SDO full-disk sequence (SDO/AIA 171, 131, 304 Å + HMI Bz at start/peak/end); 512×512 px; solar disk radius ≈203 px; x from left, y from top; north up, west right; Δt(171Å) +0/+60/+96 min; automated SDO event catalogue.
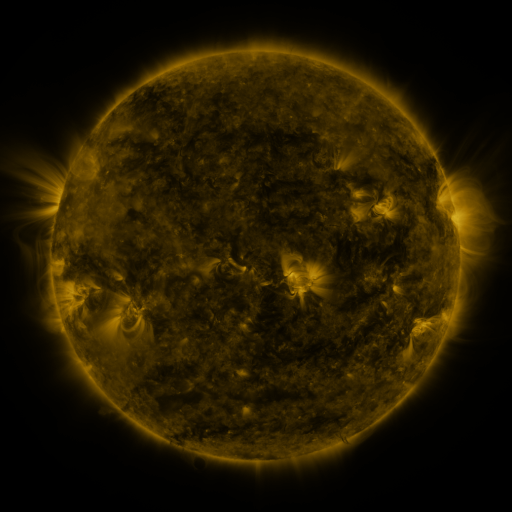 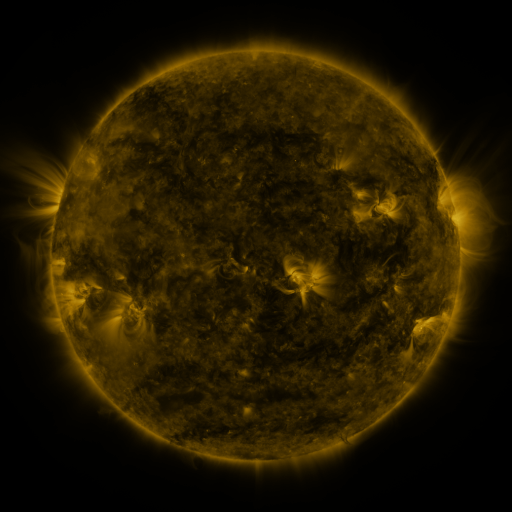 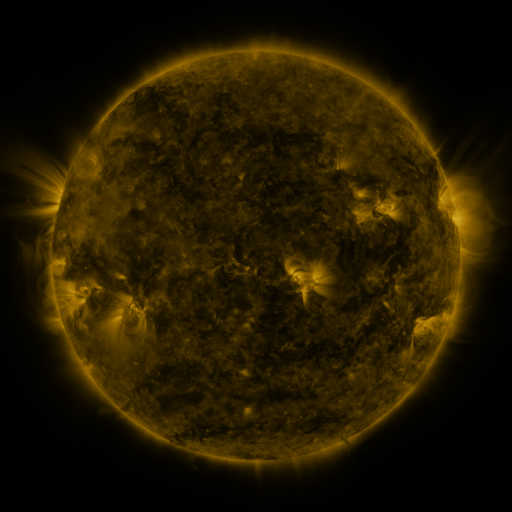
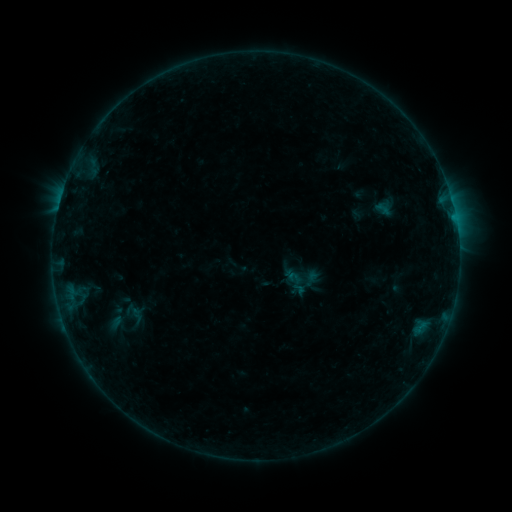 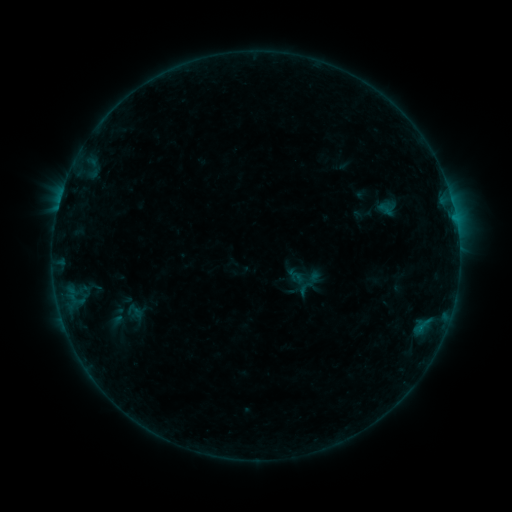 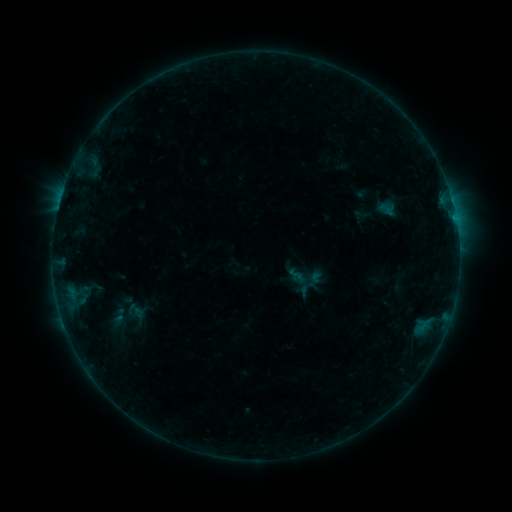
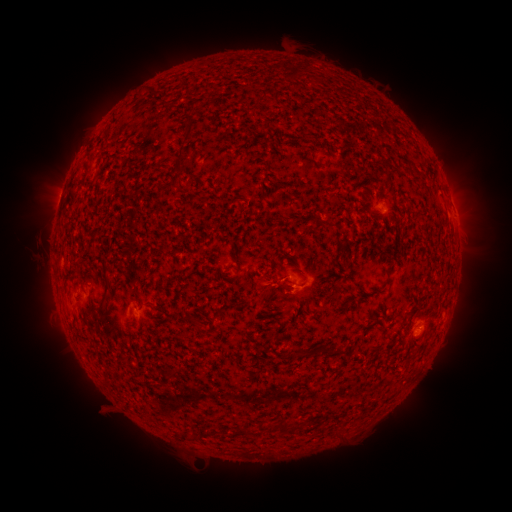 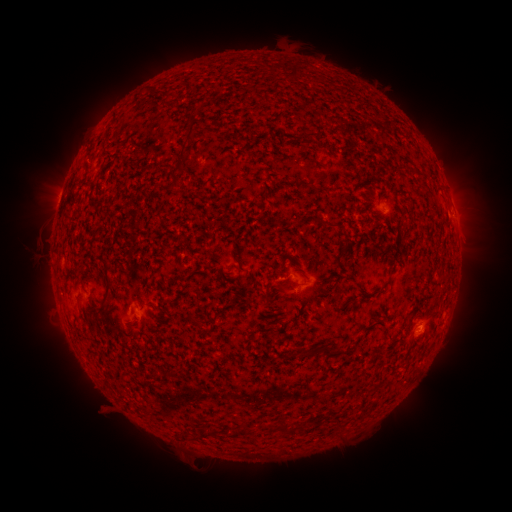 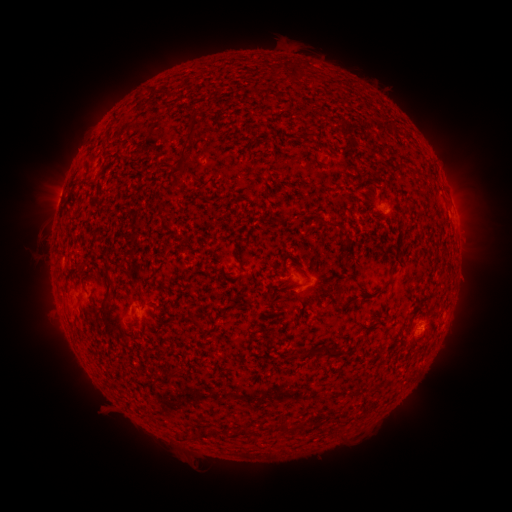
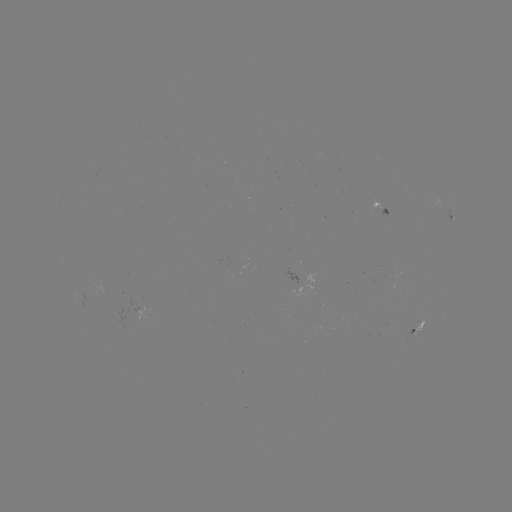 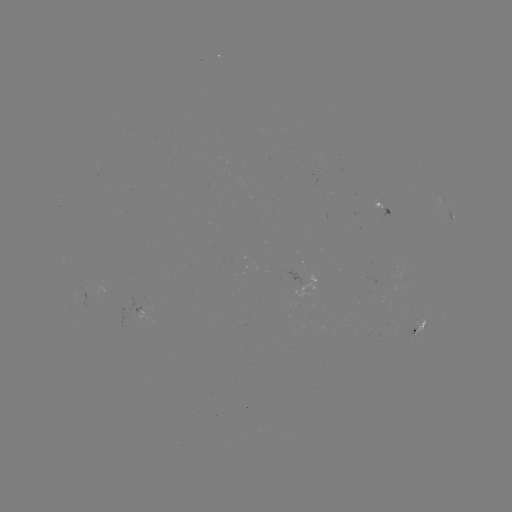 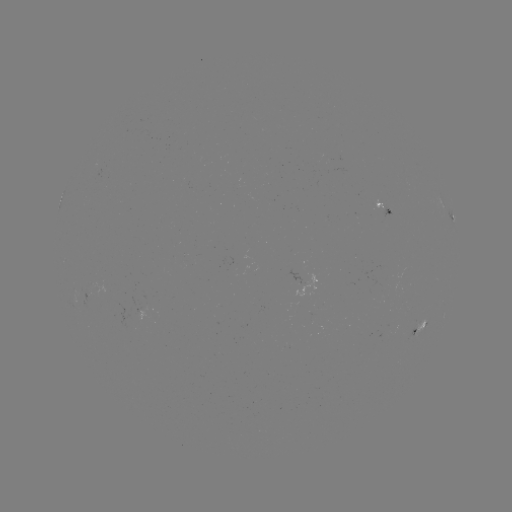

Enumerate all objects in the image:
emerging-flux region: (88, 295)
